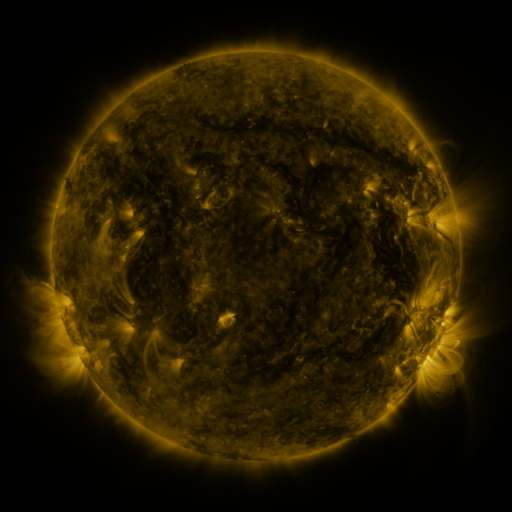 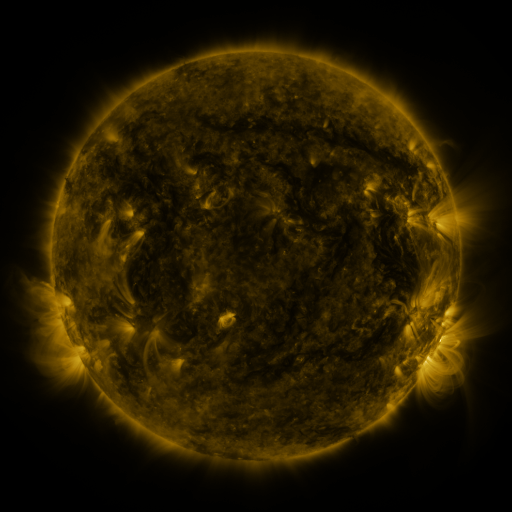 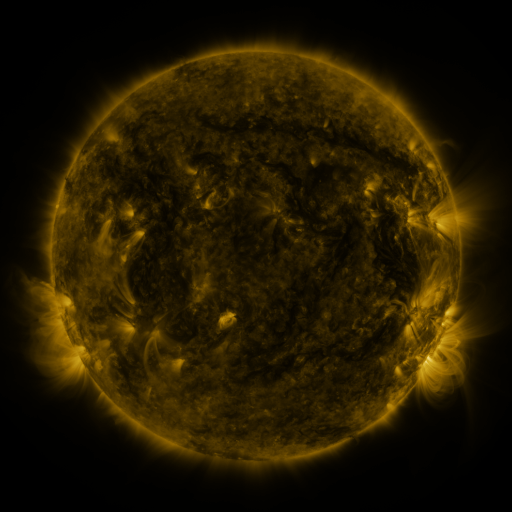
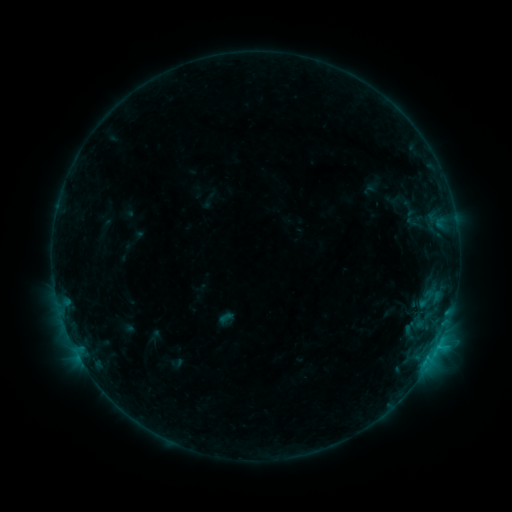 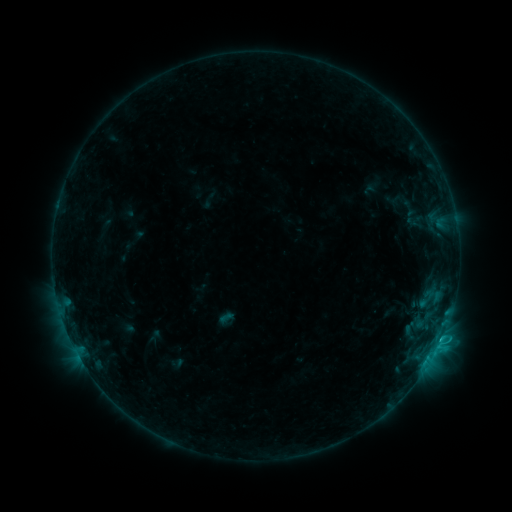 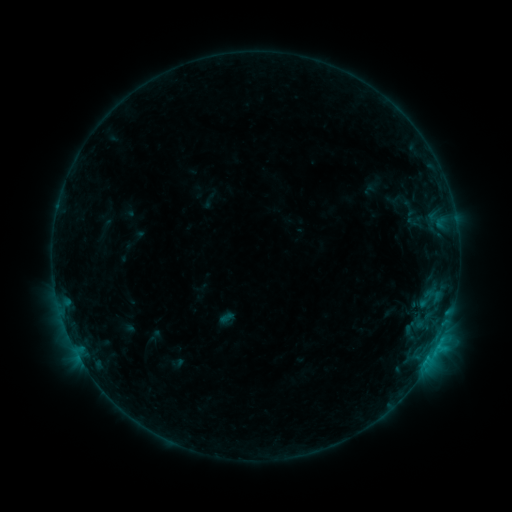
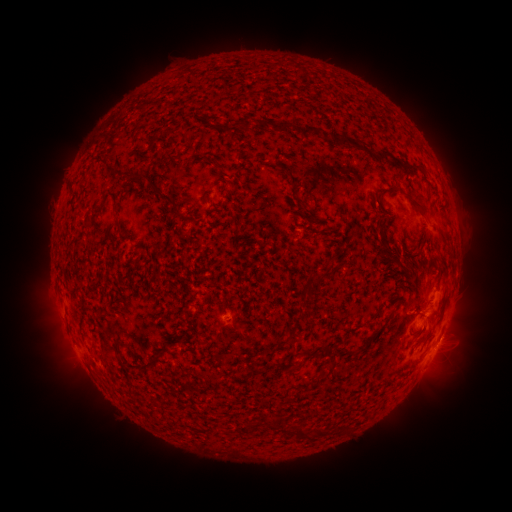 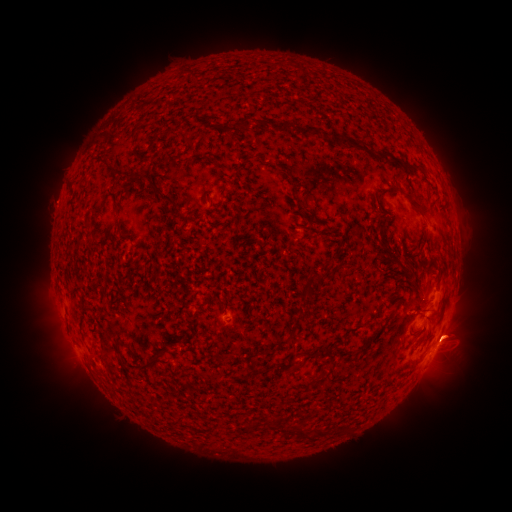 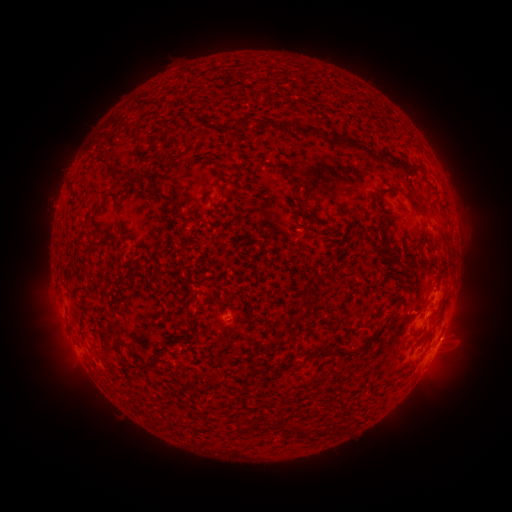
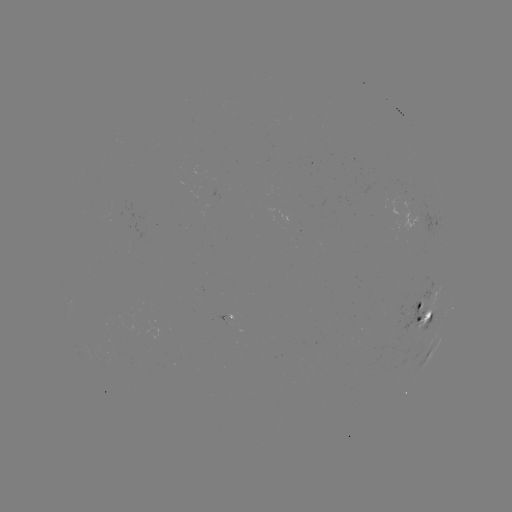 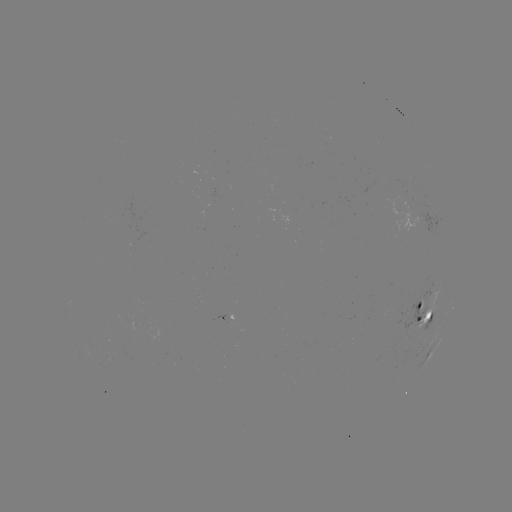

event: flare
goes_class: C1.0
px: (441, 338)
